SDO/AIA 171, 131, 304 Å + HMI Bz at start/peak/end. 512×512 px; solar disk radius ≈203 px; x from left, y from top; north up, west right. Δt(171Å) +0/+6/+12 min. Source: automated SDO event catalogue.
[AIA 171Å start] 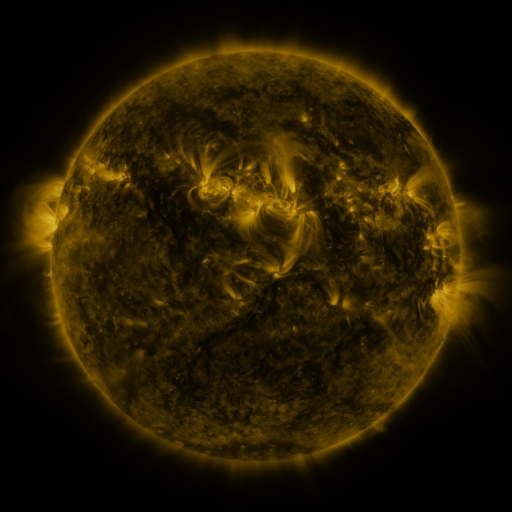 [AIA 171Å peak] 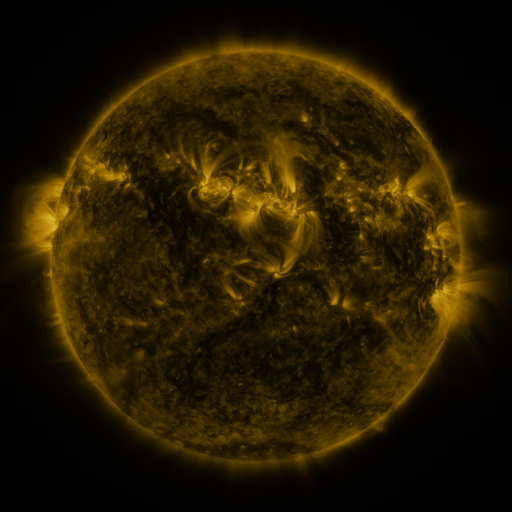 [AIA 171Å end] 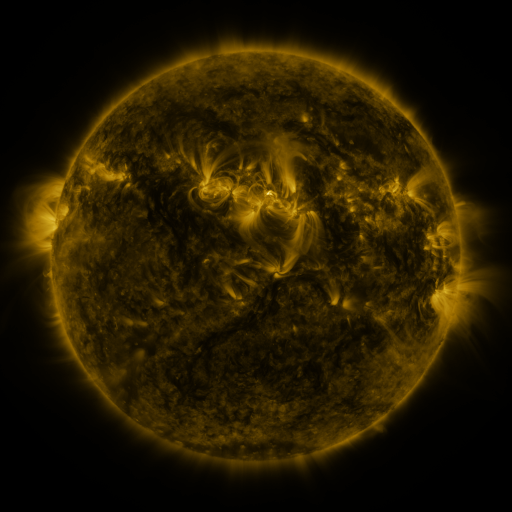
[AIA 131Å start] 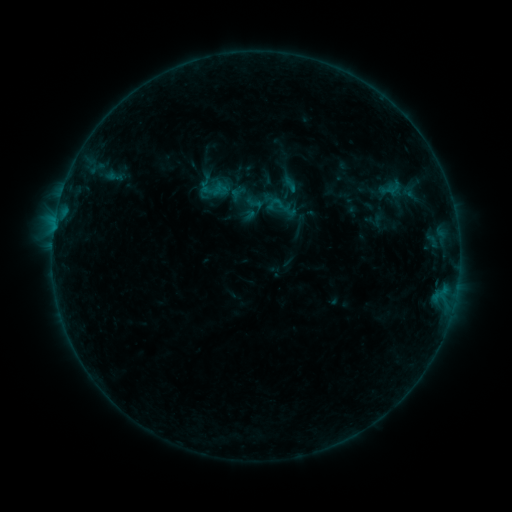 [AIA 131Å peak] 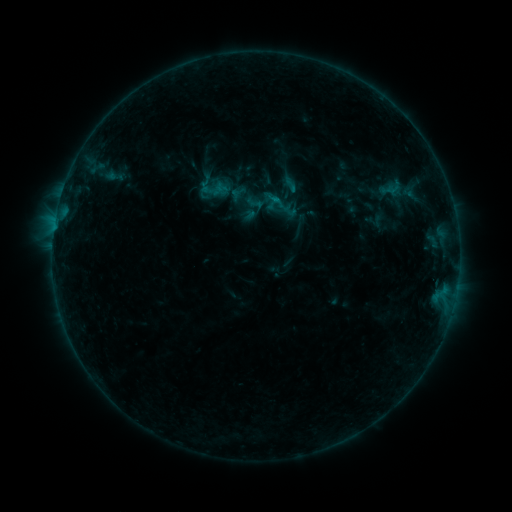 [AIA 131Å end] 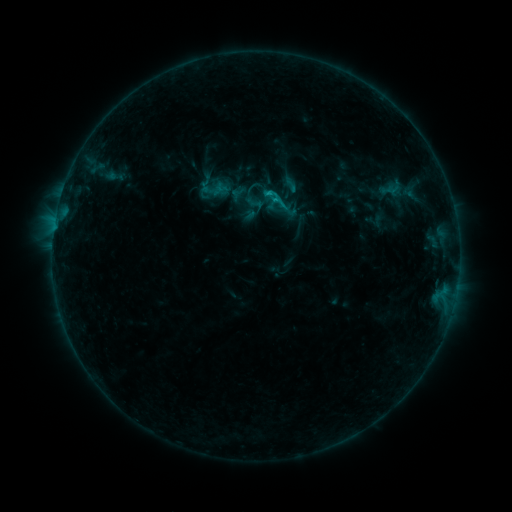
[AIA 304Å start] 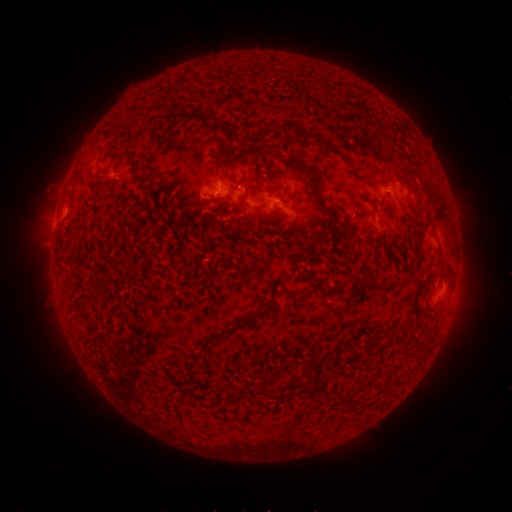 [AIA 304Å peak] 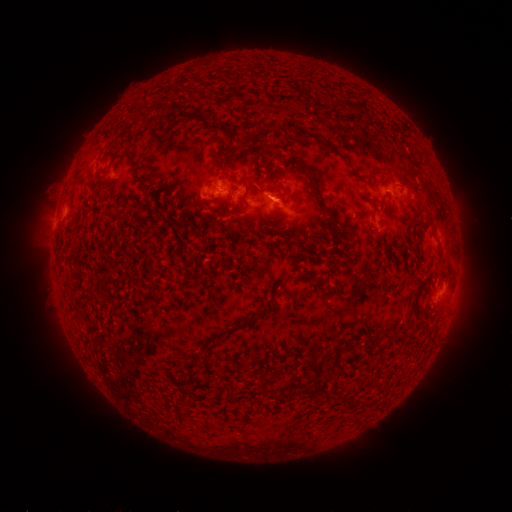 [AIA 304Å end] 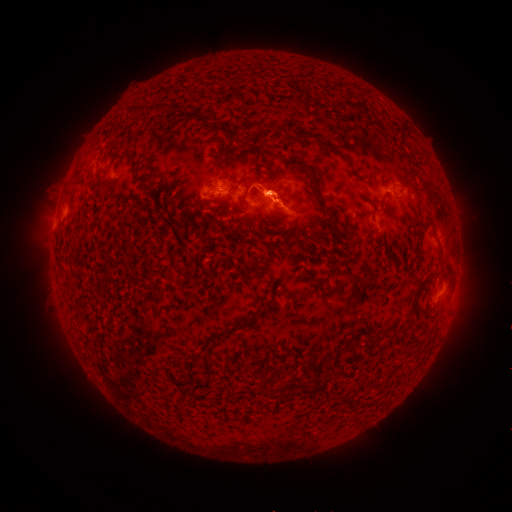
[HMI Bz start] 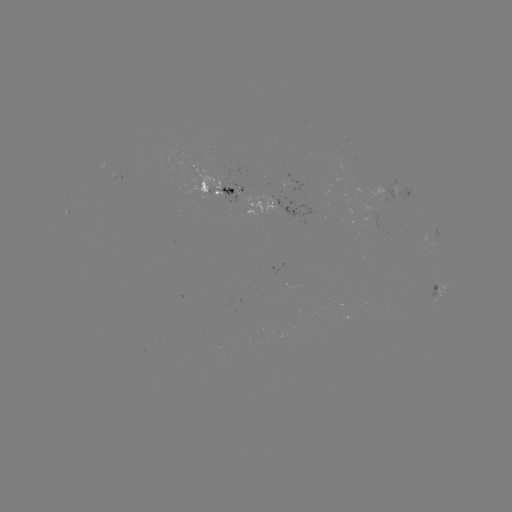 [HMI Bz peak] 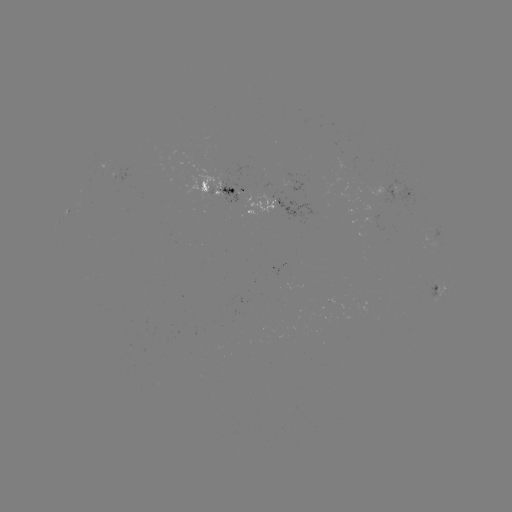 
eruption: [246, 158, 303, 241]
